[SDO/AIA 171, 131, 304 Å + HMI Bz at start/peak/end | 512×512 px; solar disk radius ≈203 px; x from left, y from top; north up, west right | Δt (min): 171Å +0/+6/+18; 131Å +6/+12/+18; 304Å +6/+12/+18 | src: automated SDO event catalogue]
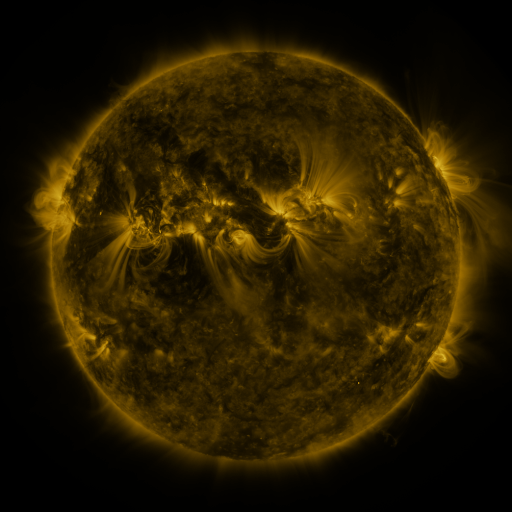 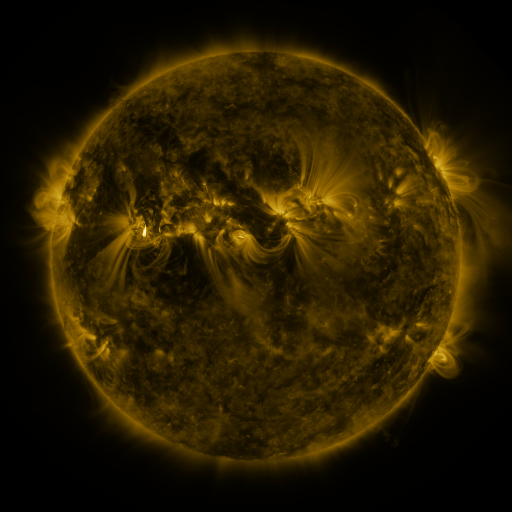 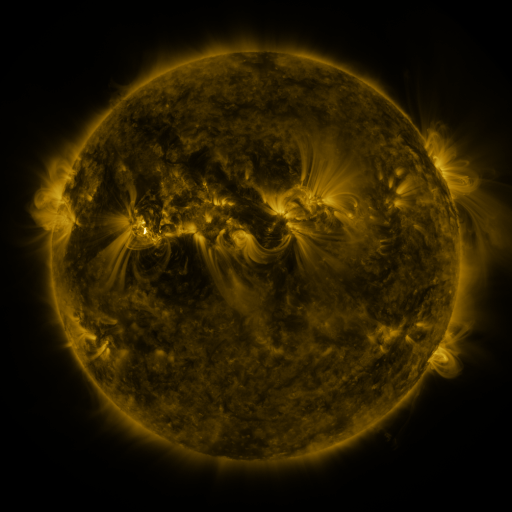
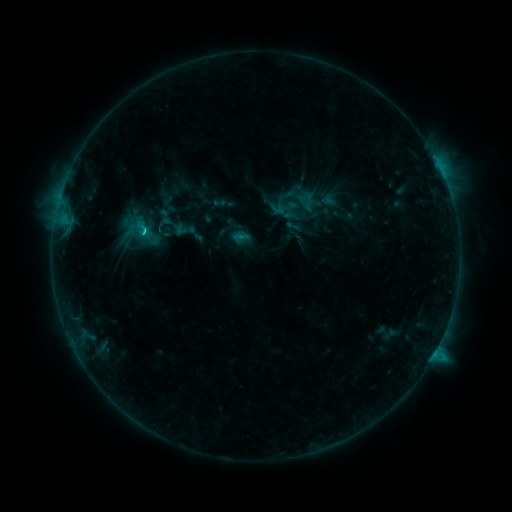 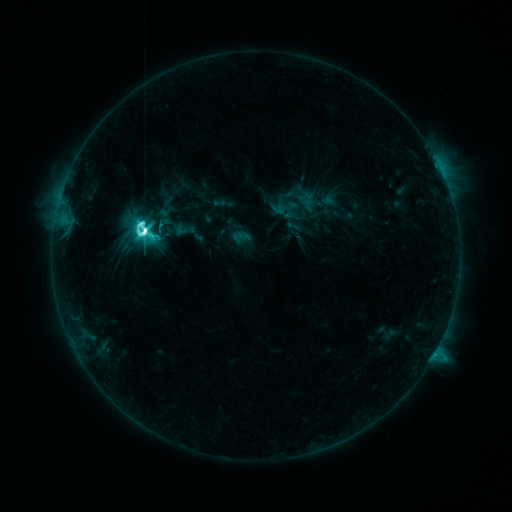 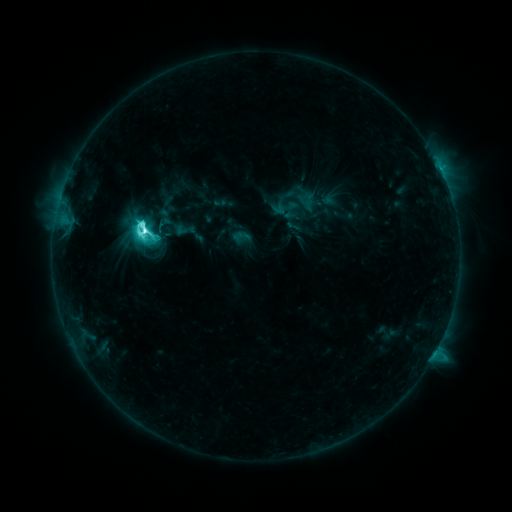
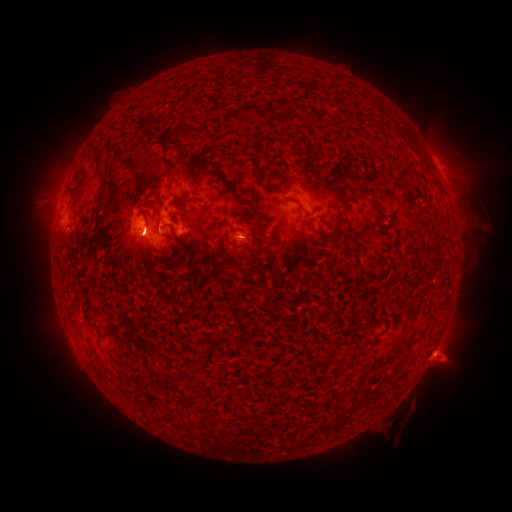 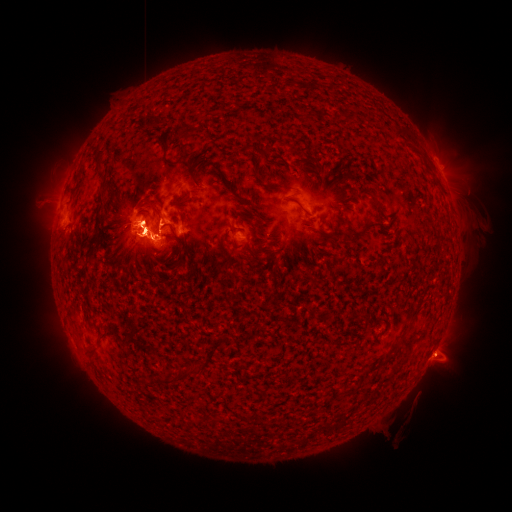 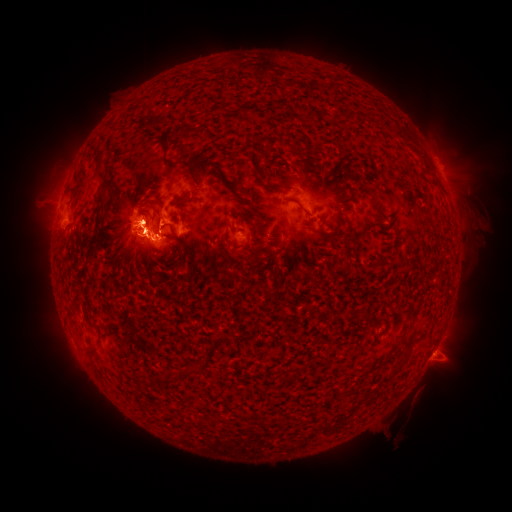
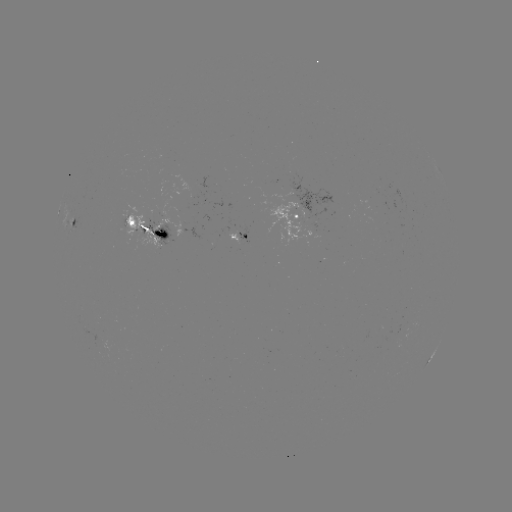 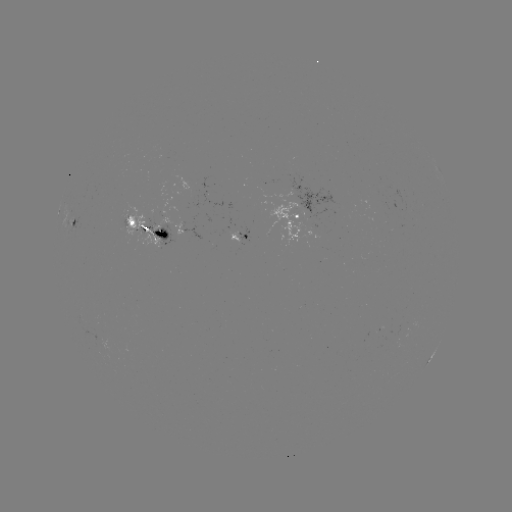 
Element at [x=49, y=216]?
eruption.